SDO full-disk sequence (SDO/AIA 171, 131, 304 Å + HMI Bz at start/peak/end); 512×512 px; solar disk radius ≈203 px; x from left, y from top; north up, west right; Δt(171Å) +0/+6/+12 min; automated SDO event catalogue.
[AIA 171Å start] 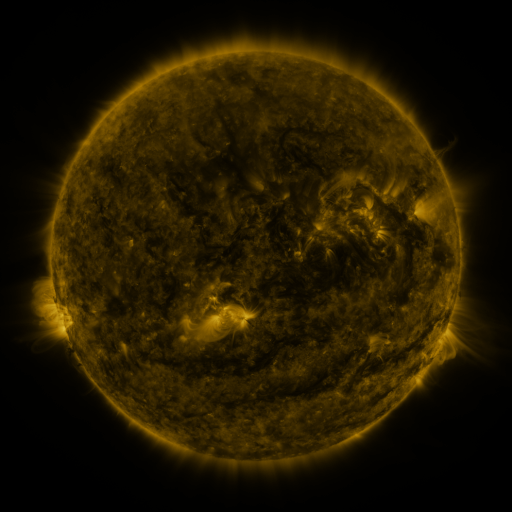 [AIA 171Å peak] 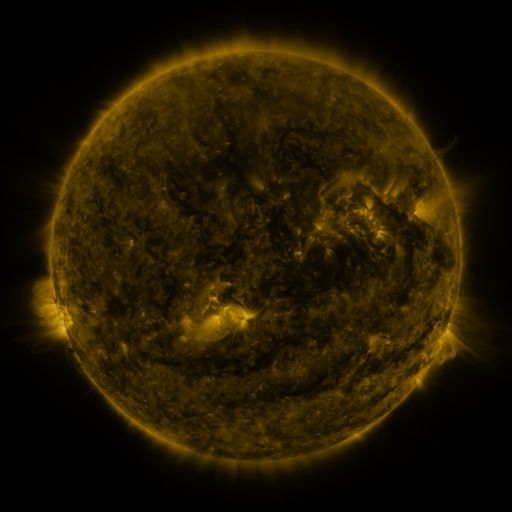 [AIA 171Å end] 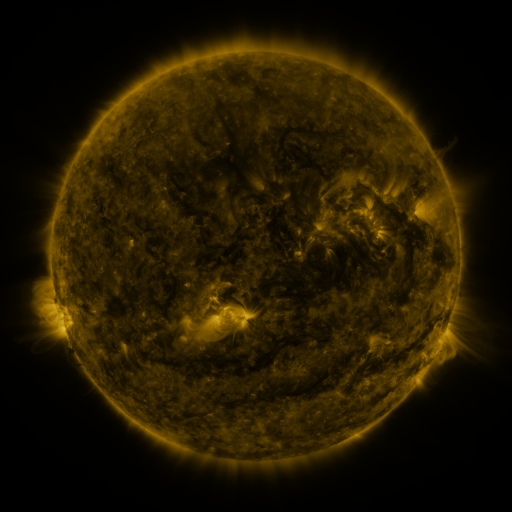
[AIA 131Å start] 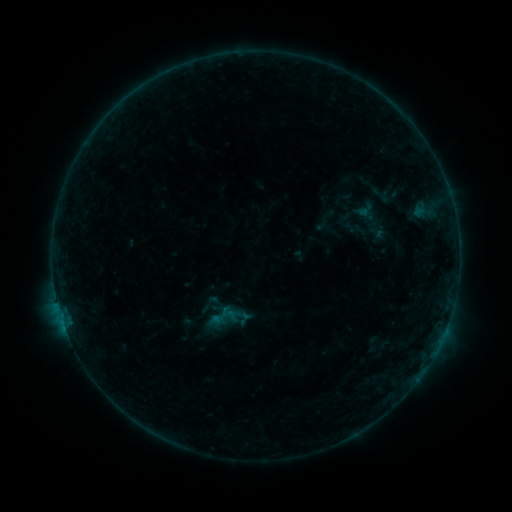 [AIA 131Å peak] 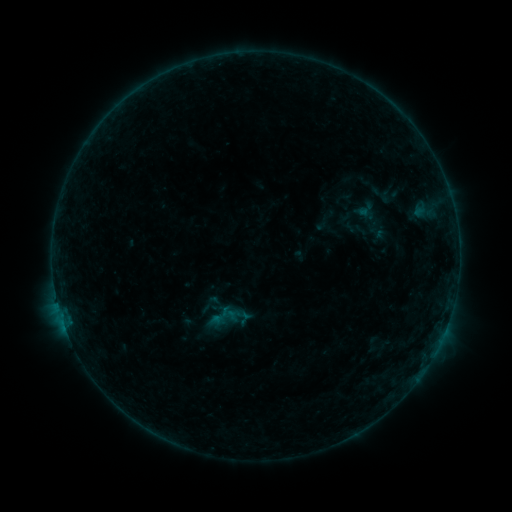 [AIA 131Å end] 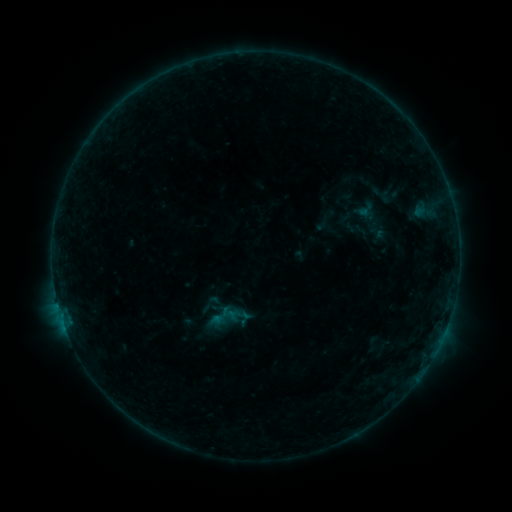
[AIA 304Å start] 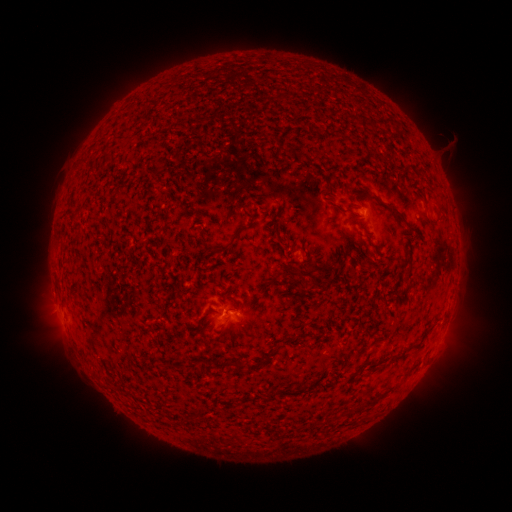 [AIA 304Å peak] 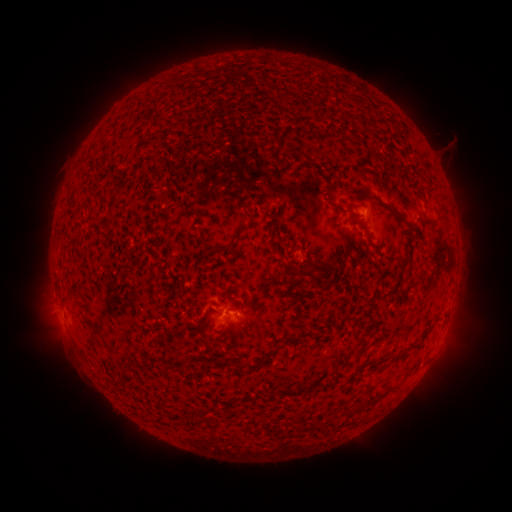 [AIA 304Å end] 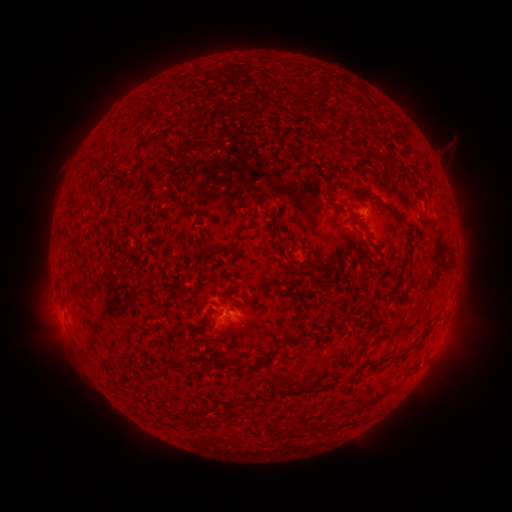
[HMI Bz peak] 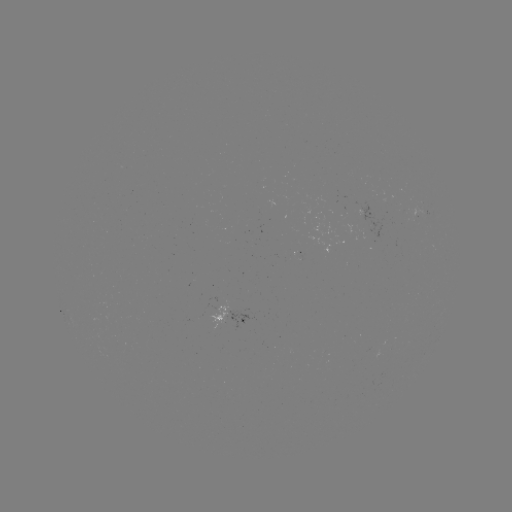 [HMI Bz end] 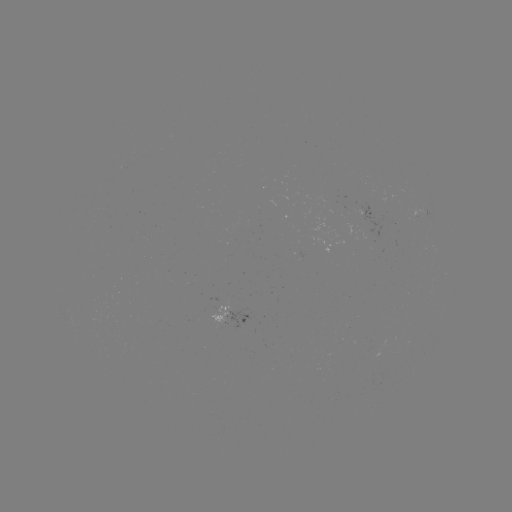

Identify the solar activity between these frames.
no classed flare was catalogued and no EUV brightening was flagged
